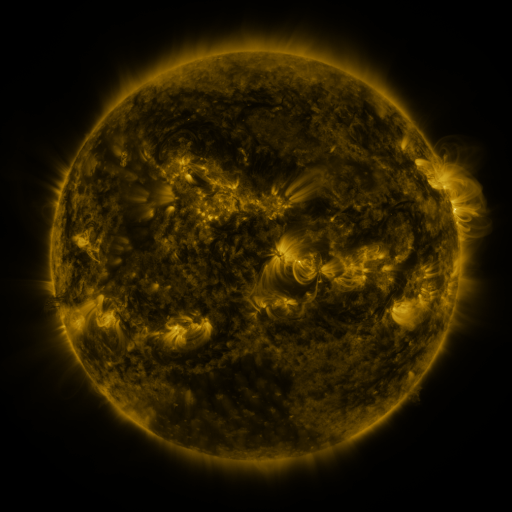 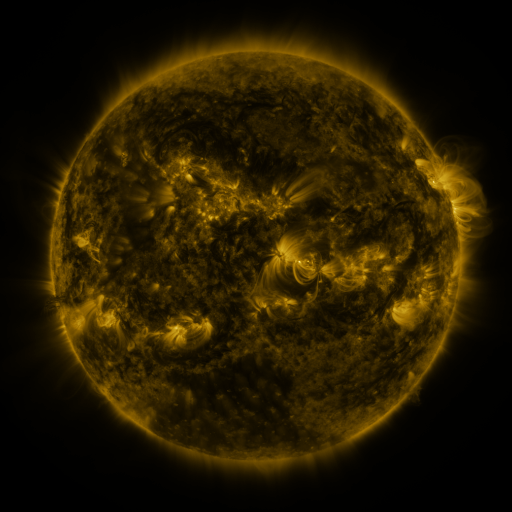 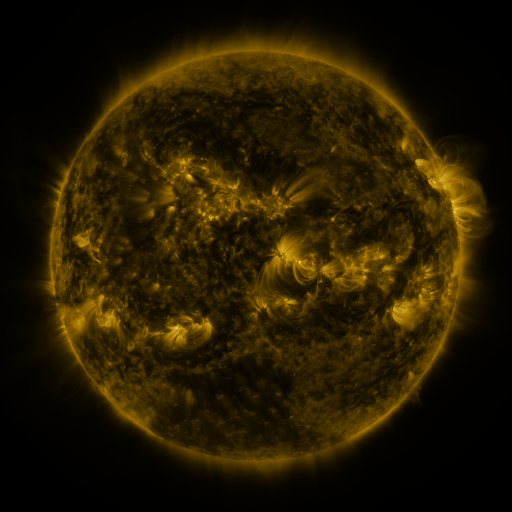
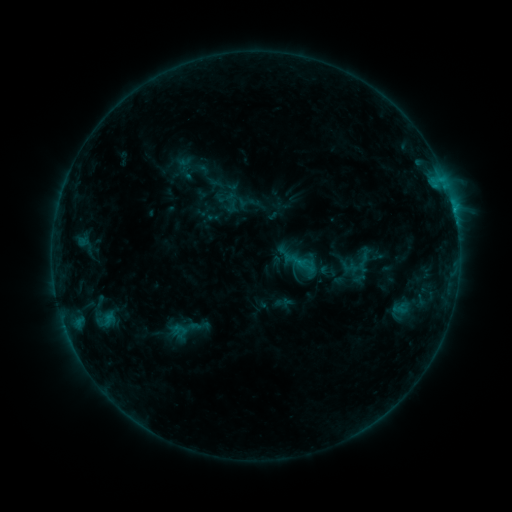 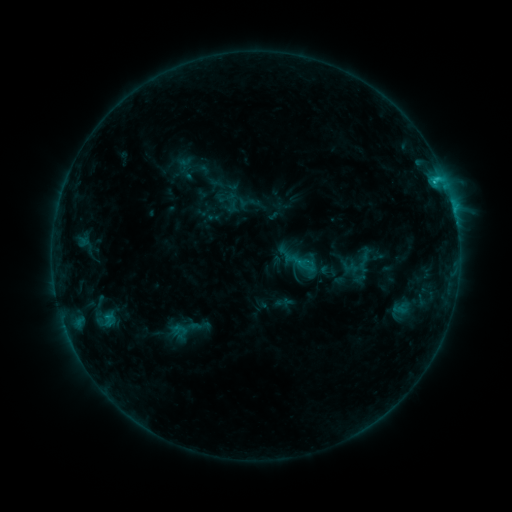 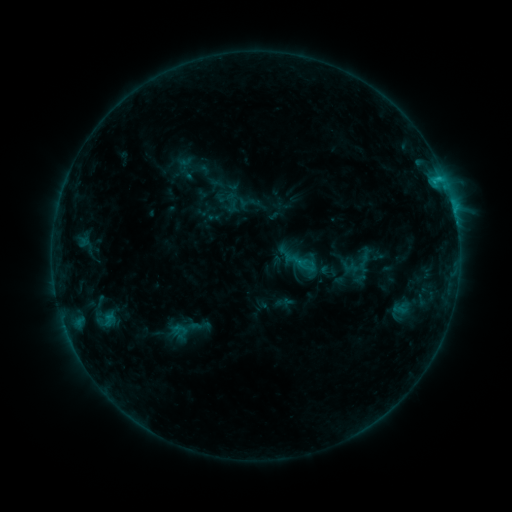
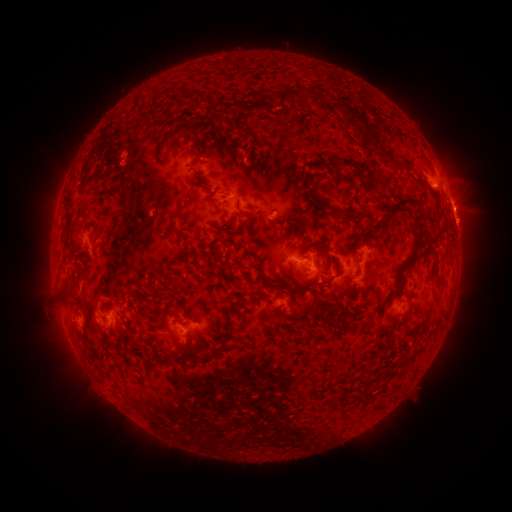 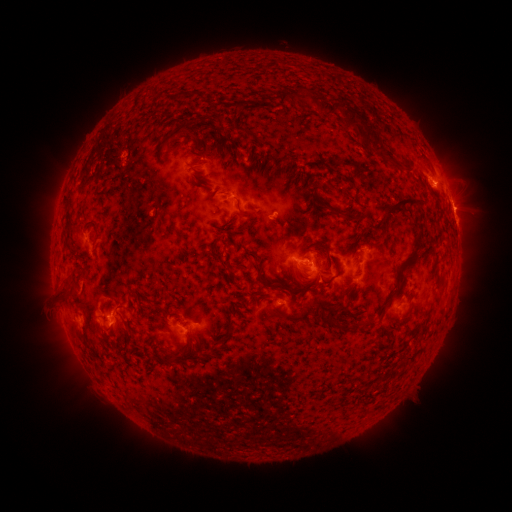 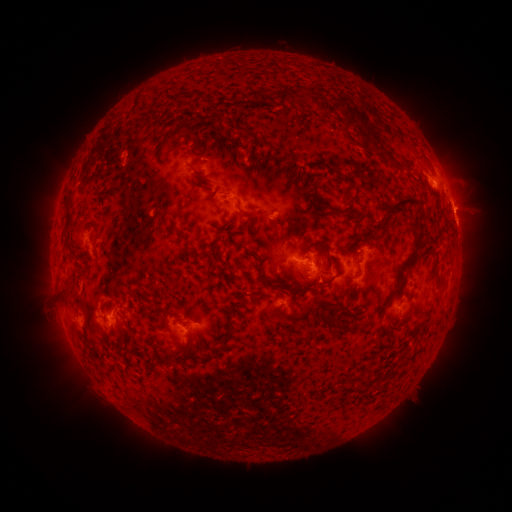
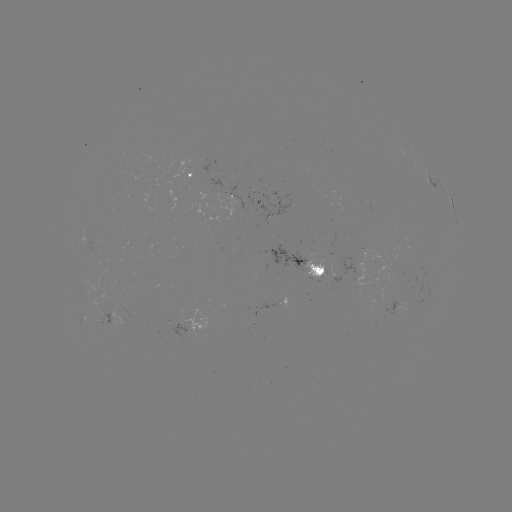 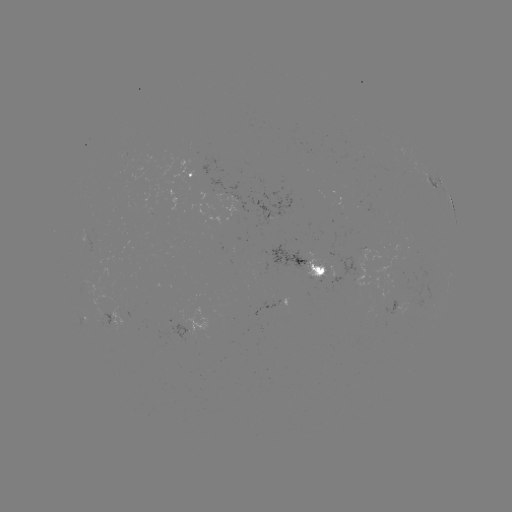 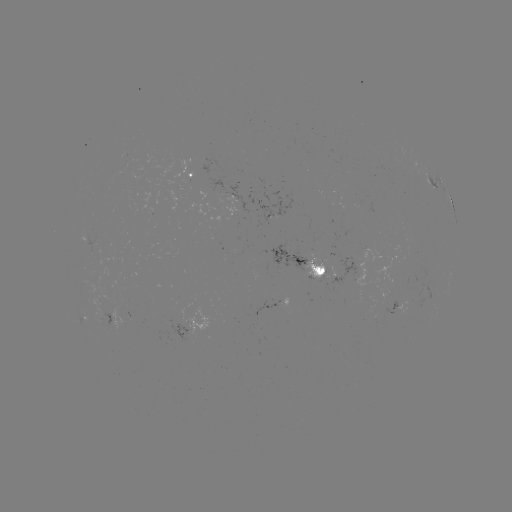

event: flare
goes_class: C1.1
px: (434, 181)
